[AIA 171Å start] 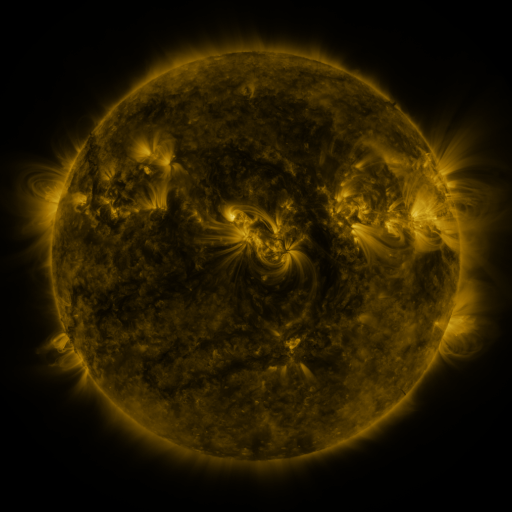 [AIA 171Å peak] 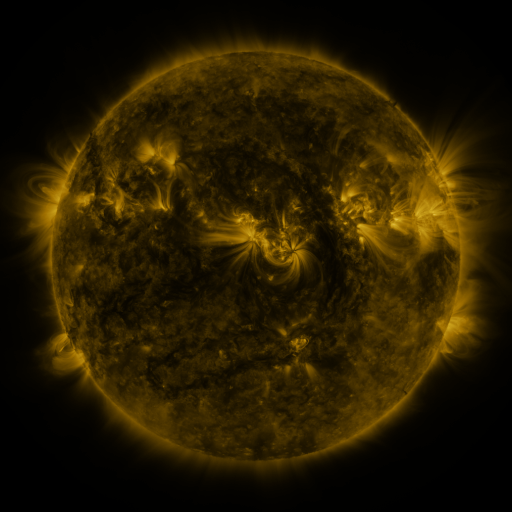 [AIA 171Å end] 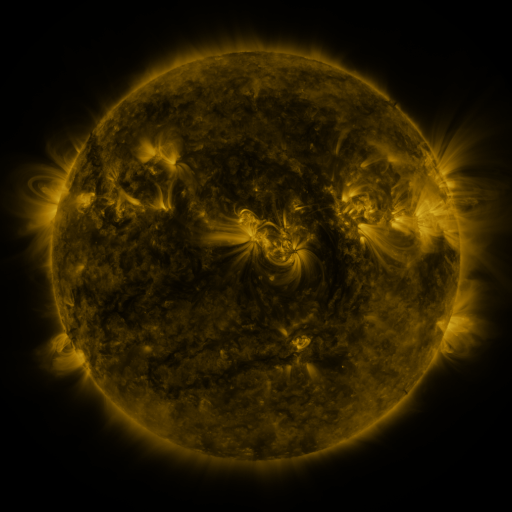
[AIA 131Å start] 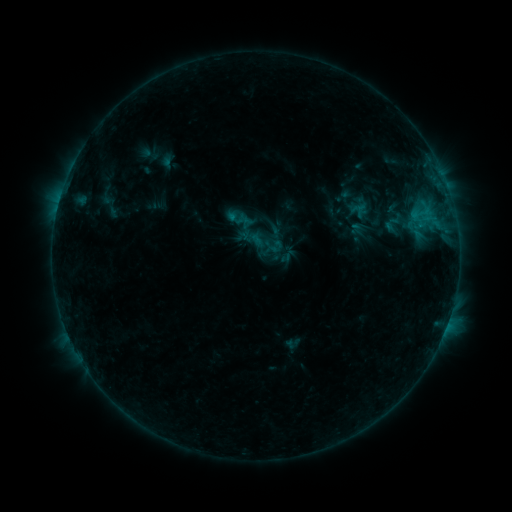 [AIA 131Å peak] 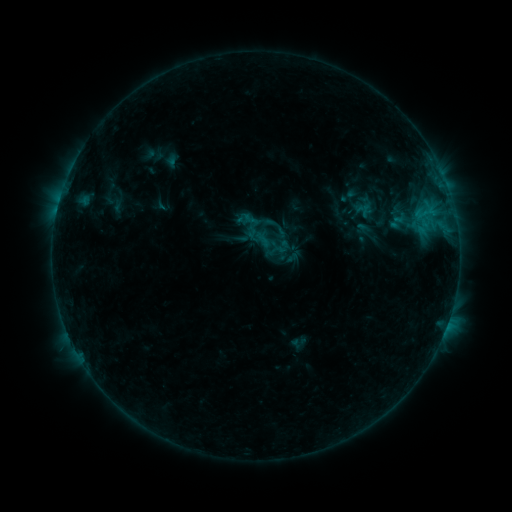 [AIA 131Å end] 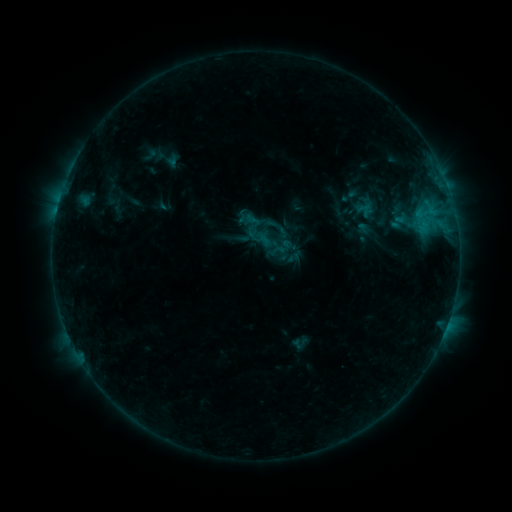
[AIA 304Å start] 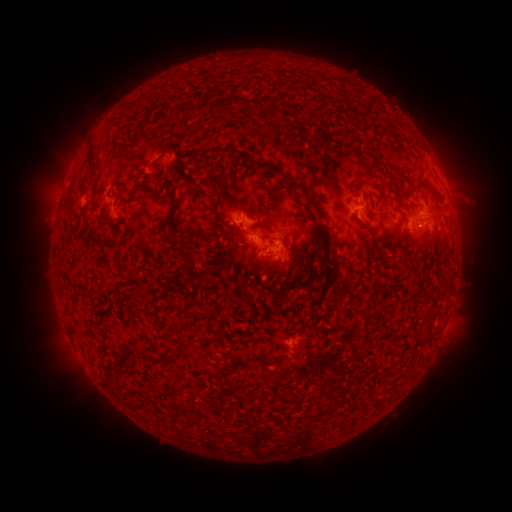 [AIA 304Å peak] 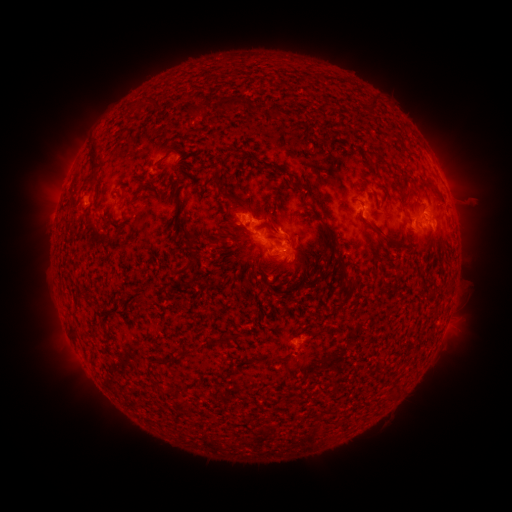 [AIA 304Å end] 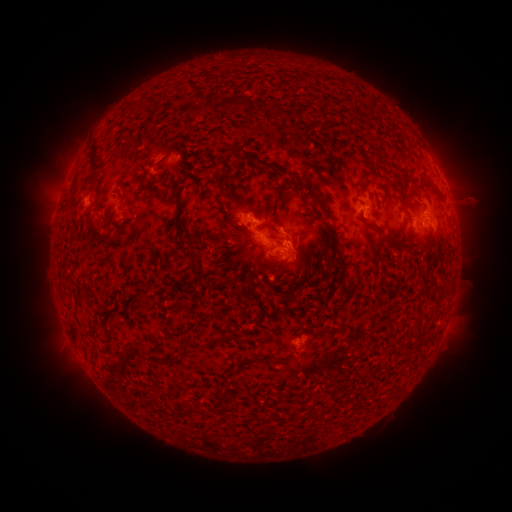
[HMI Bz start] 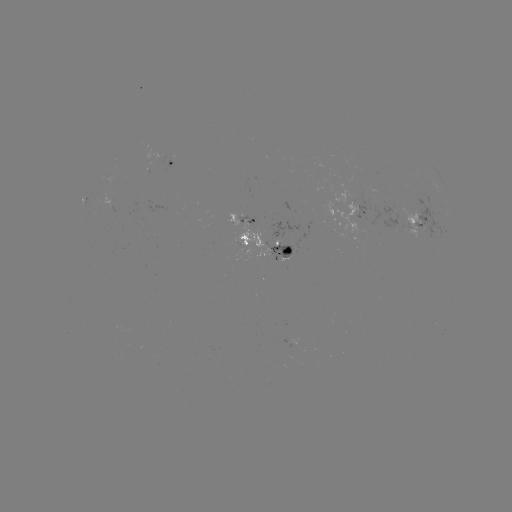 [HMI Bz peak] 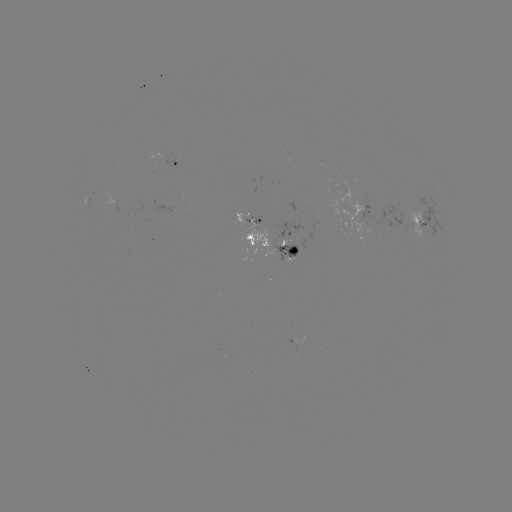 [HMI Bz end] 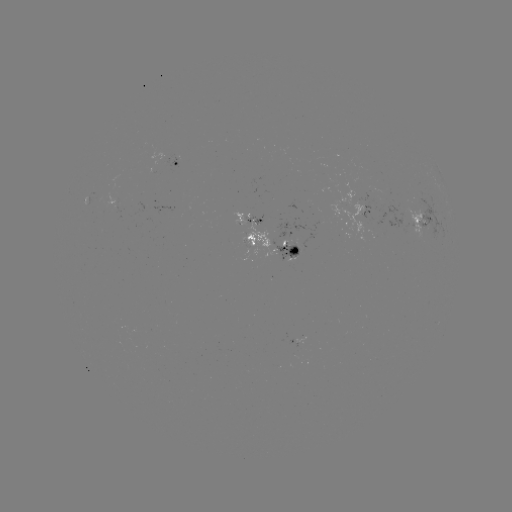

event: emerging-flux region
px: (301, 338)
